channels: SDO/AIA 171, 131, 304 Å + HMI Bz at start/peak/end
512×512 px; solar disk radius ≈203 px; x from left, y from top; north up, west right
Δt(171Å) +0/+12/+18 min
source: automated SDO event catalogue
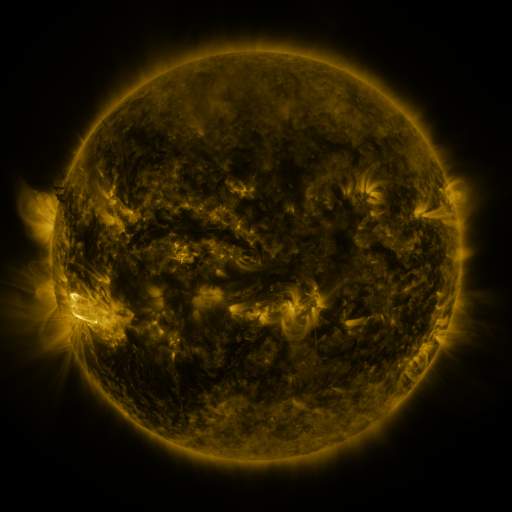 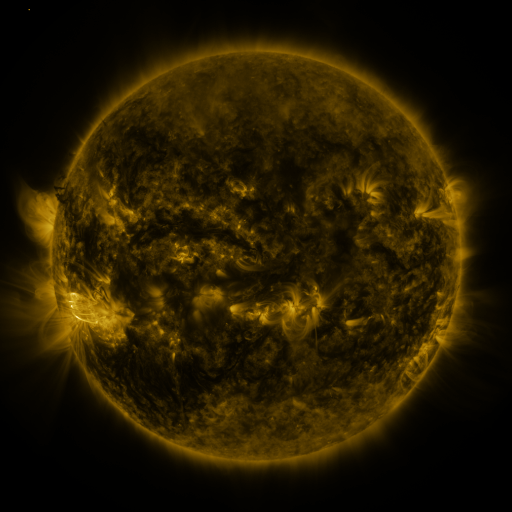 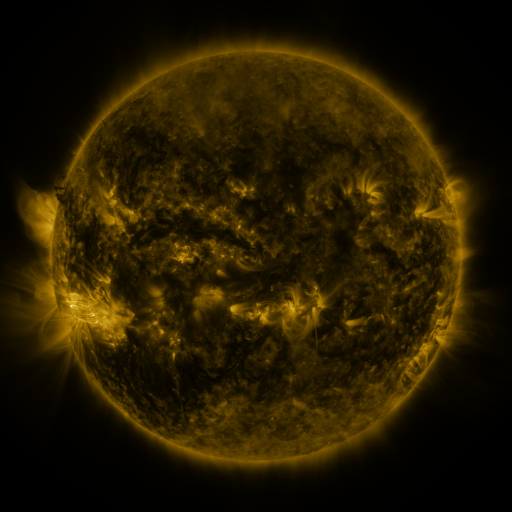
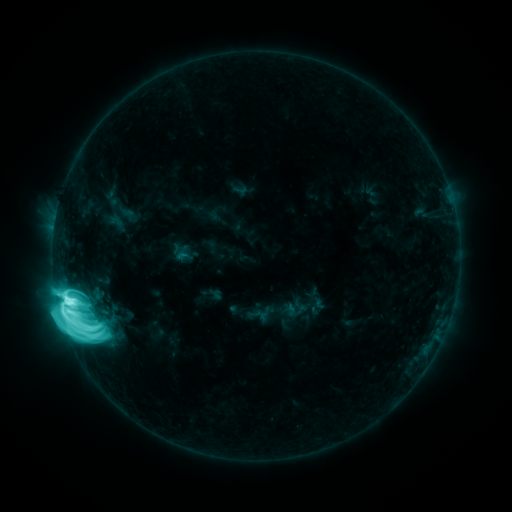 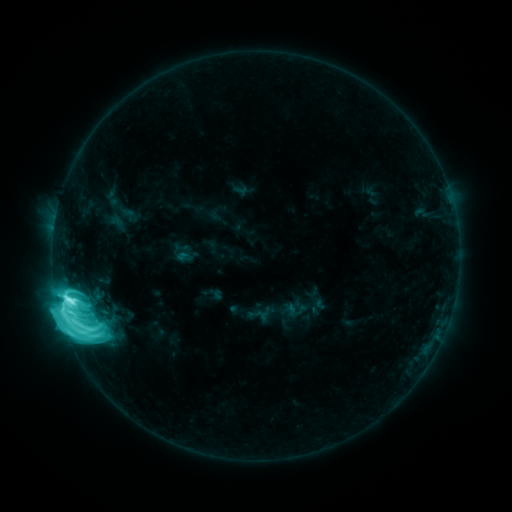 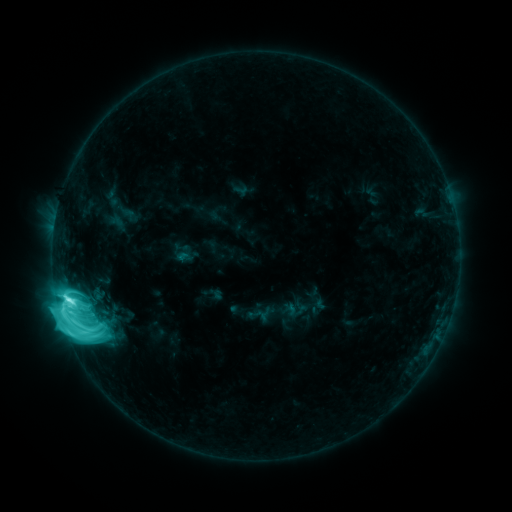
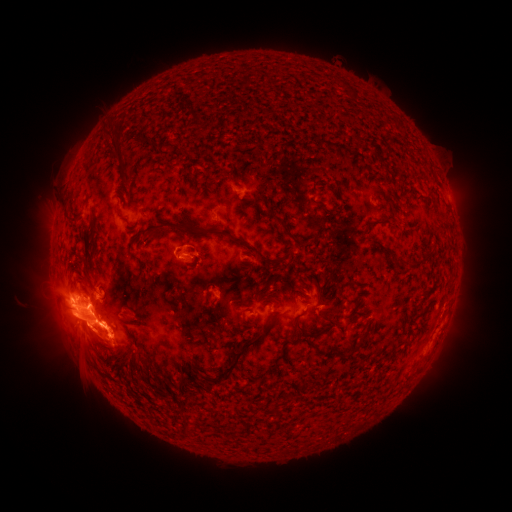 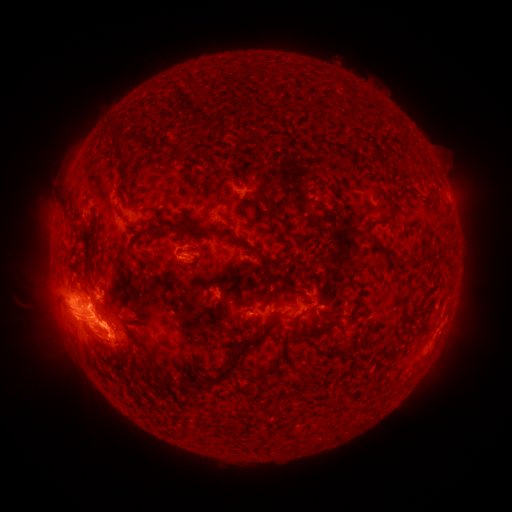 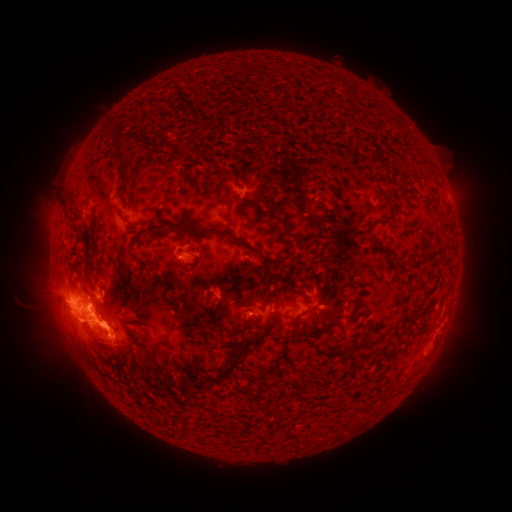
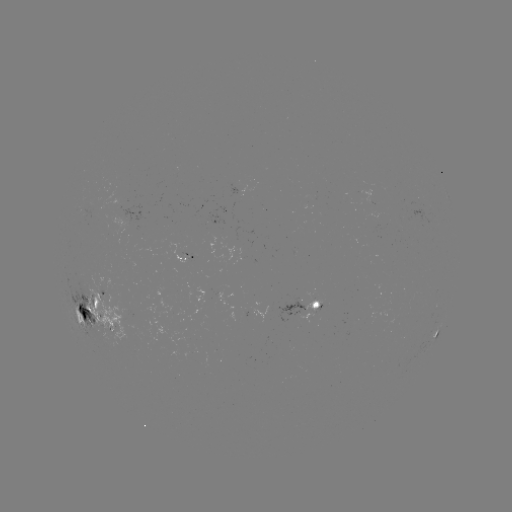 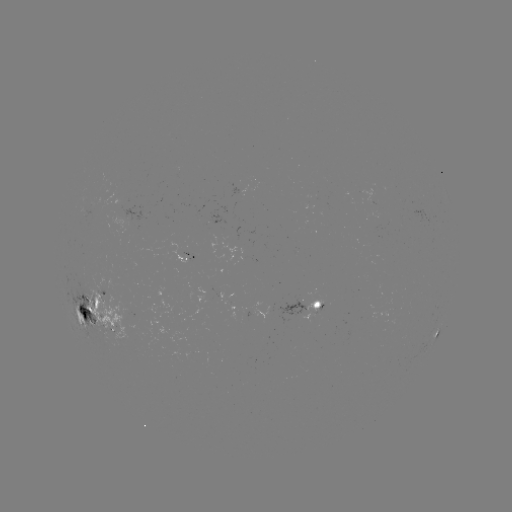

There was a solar eruption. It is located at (75, 325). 